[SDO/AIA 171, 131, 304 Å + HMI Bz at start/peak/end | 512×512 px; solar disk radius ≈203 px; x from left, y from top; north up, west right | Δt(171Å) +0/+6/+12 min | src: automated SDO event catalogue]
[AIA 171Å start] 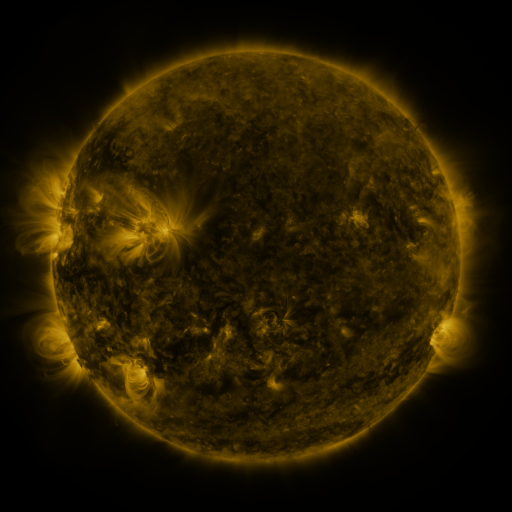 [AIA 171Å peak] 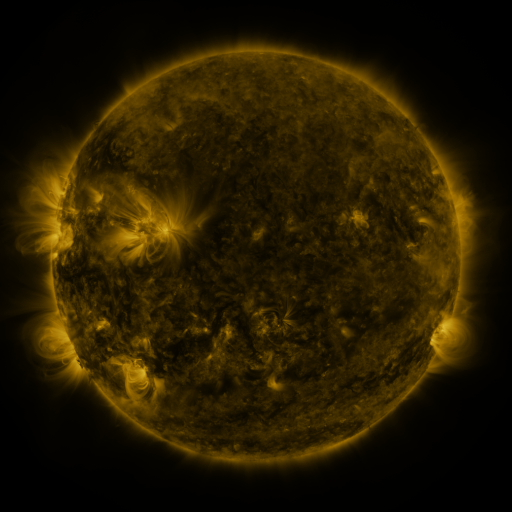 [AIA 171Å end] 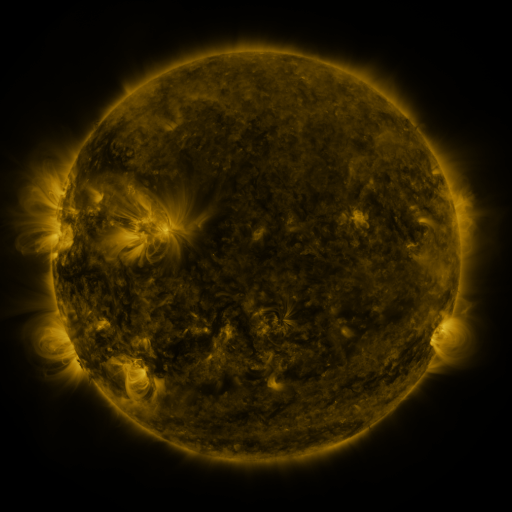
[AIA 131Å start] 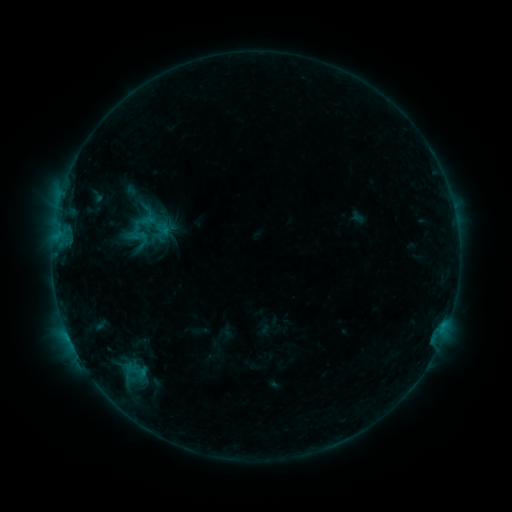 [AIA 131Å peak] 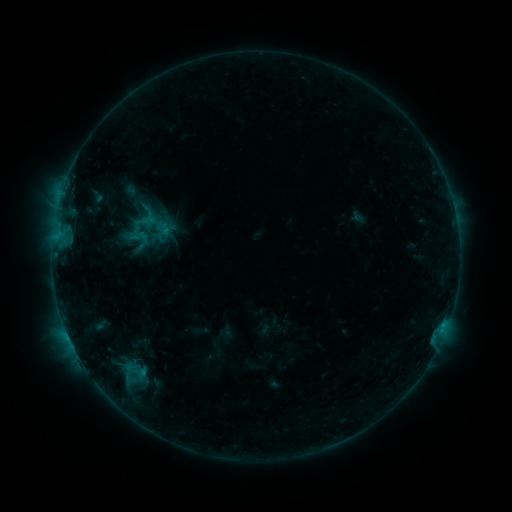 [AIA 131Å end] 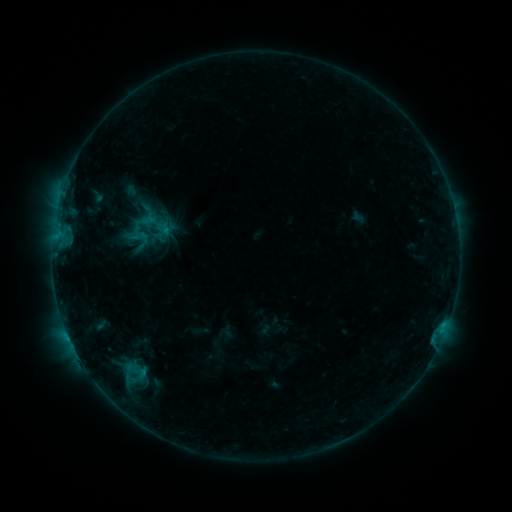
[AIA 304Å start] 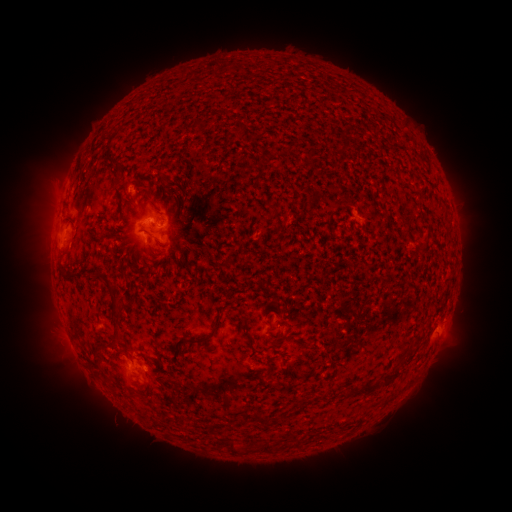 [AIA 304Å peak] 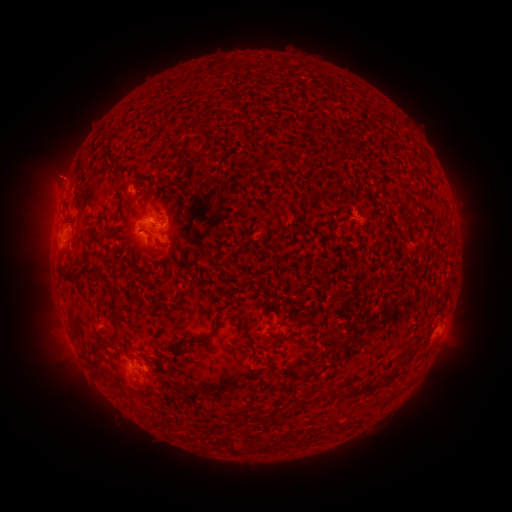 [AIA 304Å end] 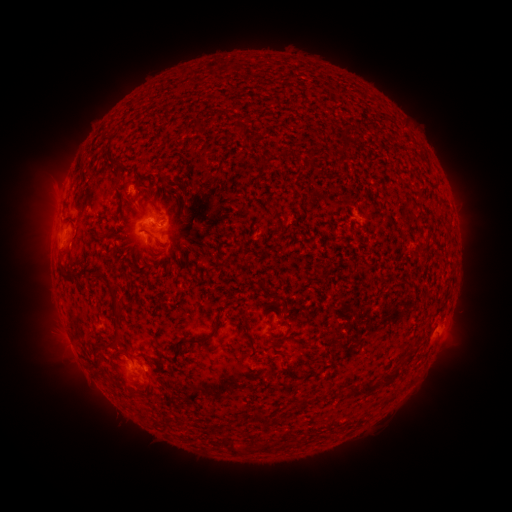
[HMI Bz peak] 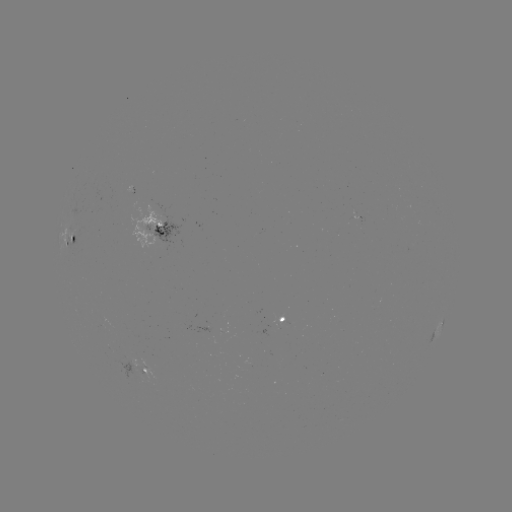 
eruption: (30, 144, 87, 203)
